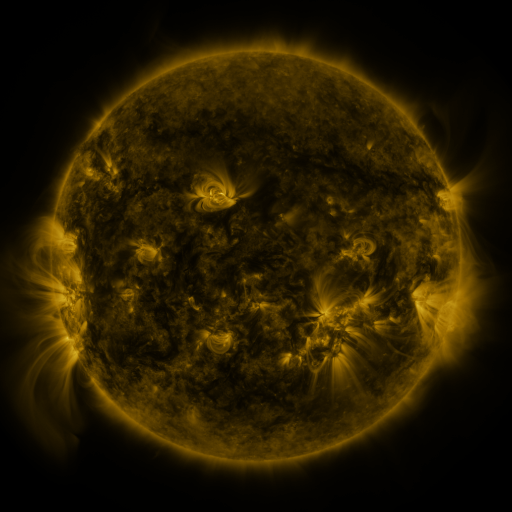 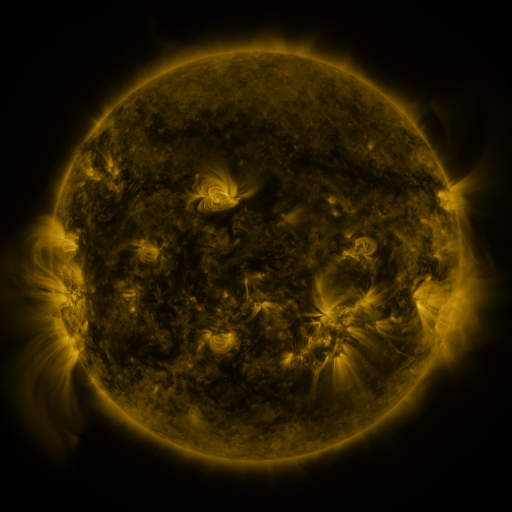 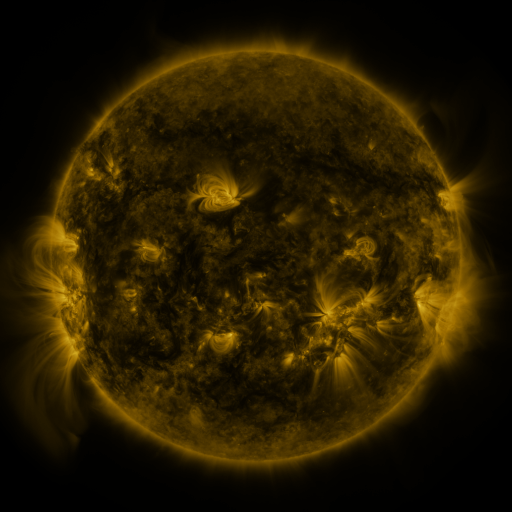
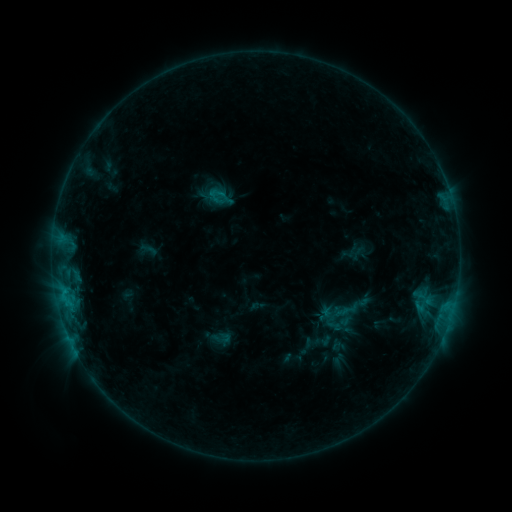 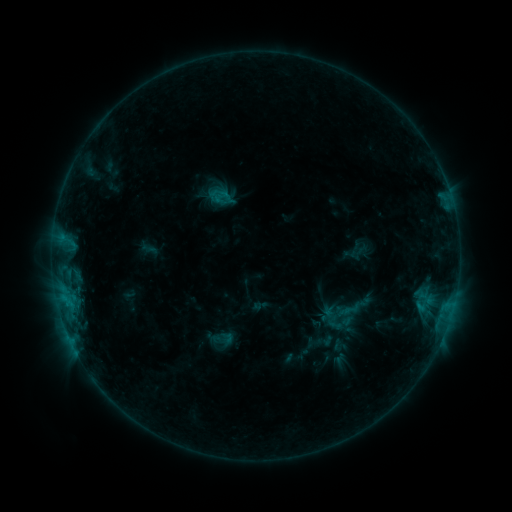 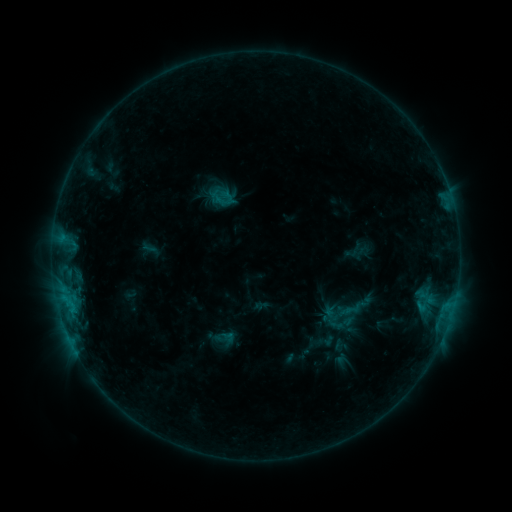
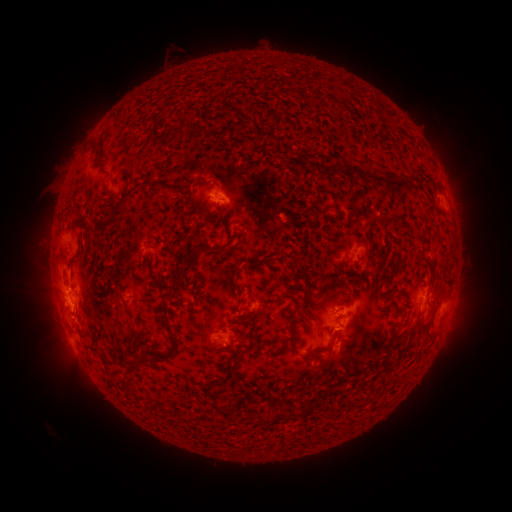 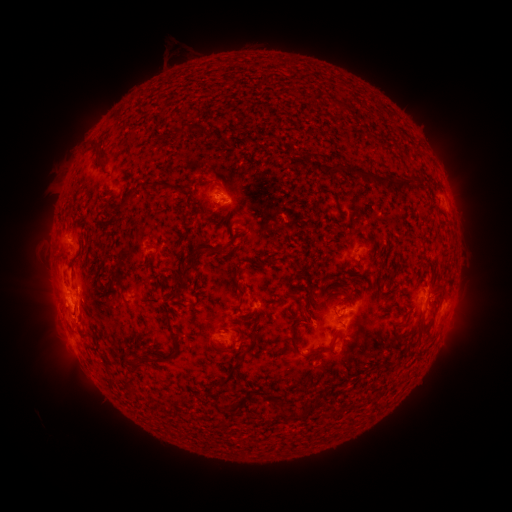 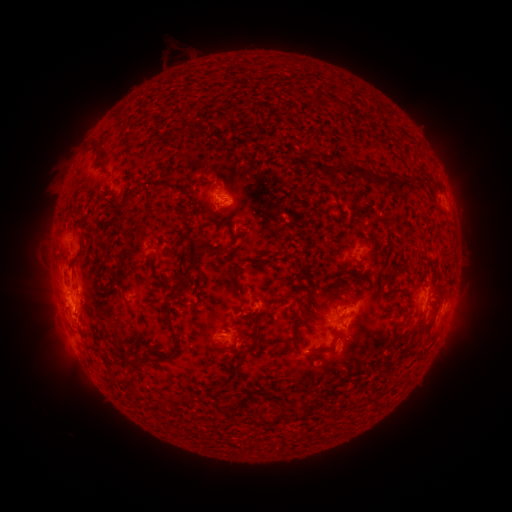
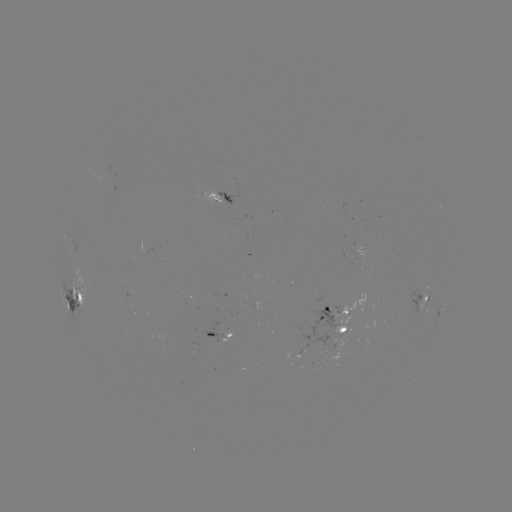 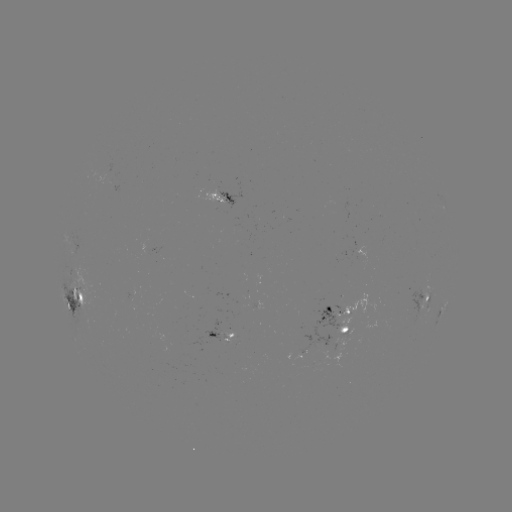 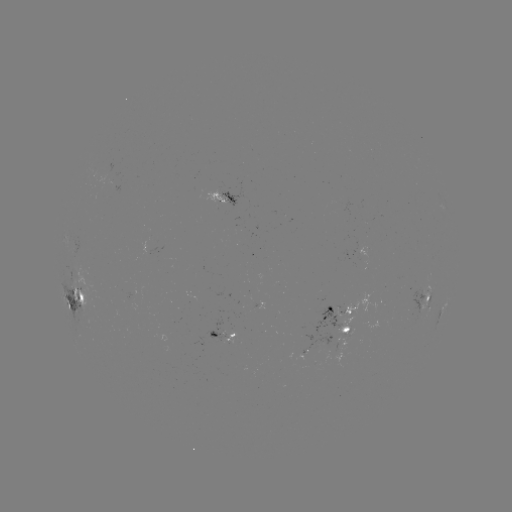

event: emerging-flux region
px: (340, 306)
